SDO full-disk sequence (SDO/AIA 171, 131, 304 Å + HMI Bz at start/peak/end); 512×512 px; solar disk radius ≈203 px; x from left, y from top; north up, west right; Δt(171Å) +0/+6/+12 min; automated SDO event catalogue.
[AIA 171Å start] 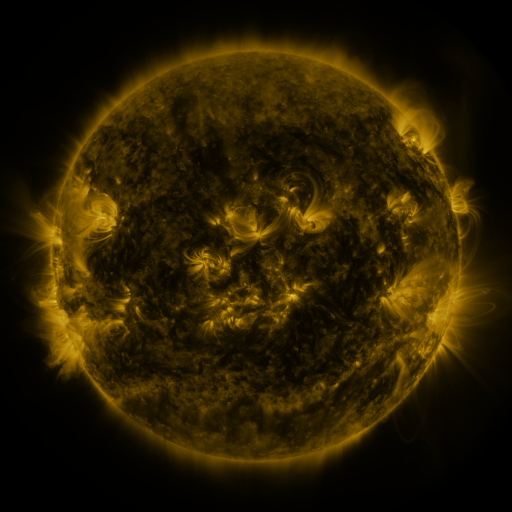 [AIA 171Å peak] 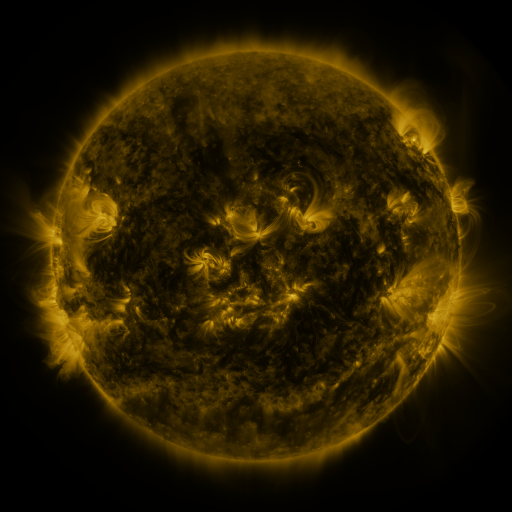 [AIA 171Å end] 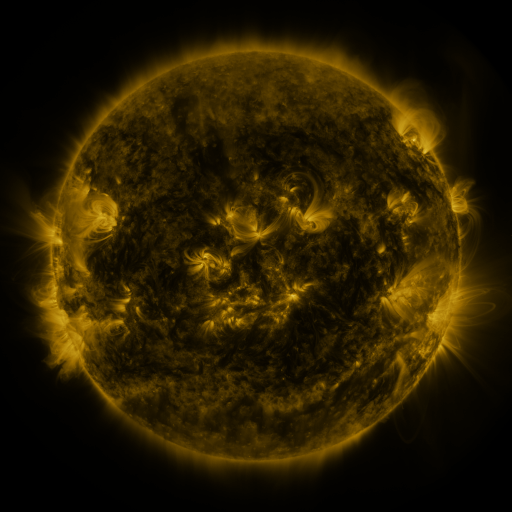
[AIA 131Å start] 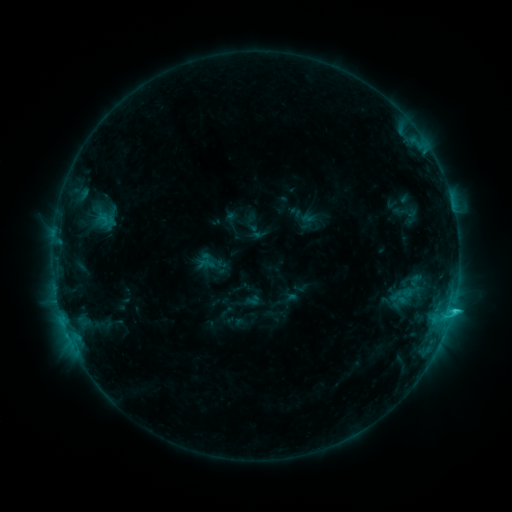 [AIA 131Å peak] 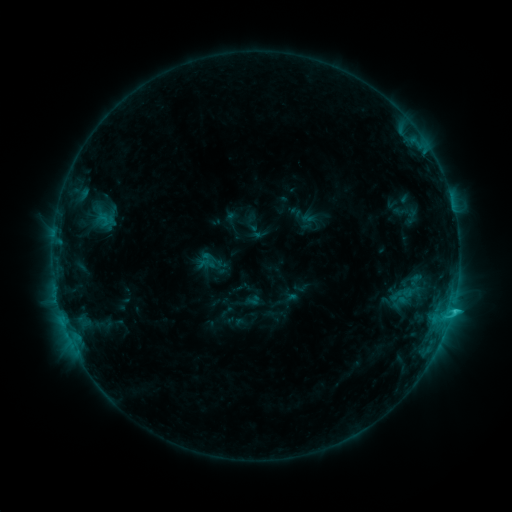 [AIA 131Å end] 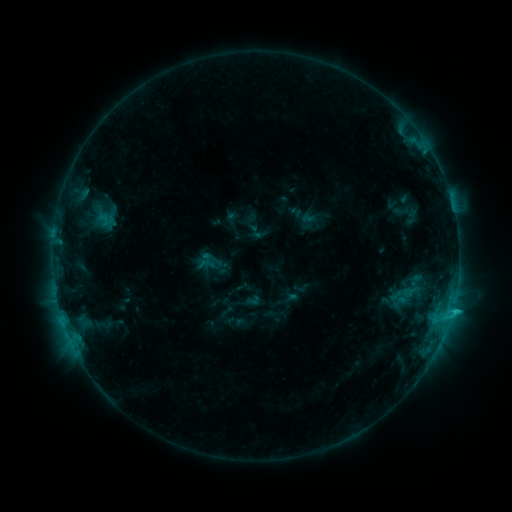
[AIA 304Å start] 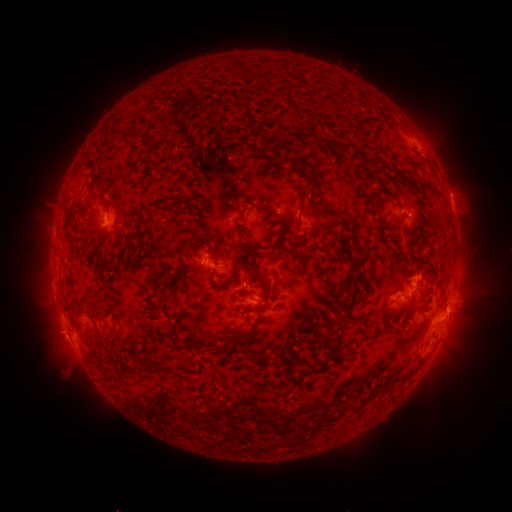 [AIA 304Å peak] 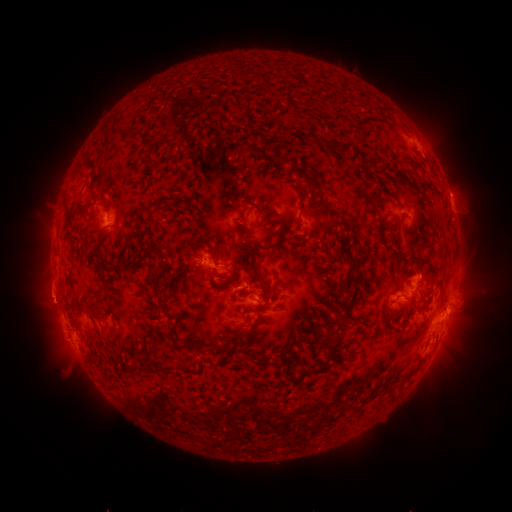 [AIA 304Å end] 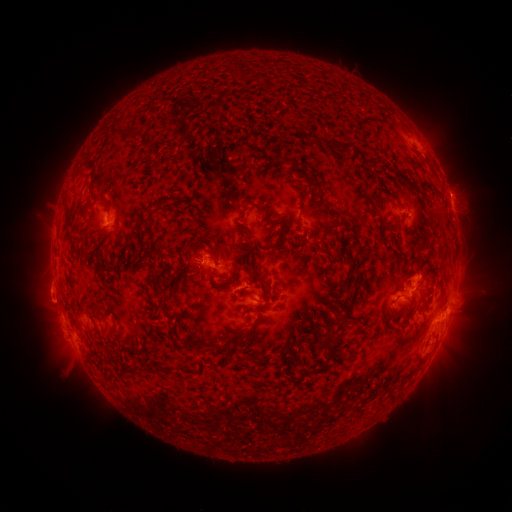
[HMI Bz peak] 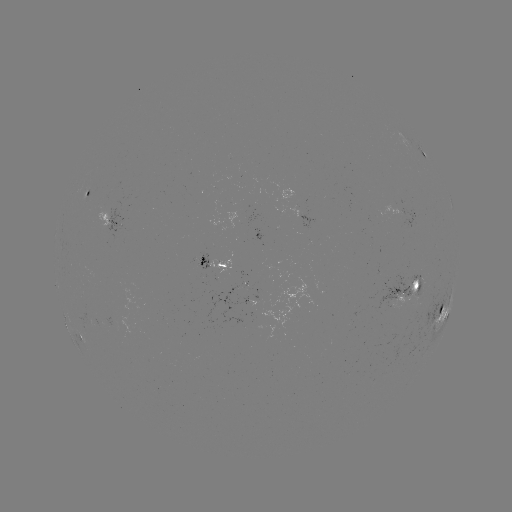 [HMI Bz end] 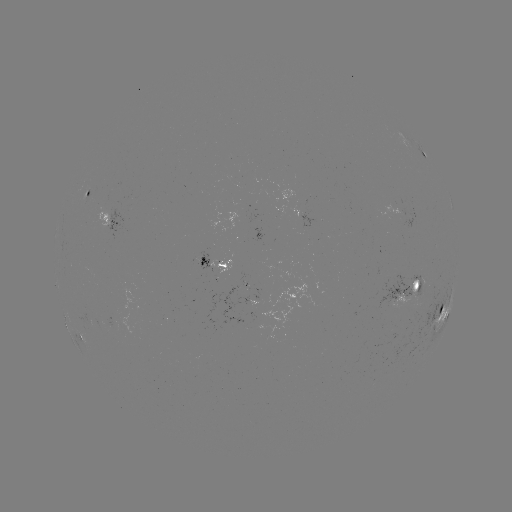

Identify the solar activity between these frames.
eruption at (48, 297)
